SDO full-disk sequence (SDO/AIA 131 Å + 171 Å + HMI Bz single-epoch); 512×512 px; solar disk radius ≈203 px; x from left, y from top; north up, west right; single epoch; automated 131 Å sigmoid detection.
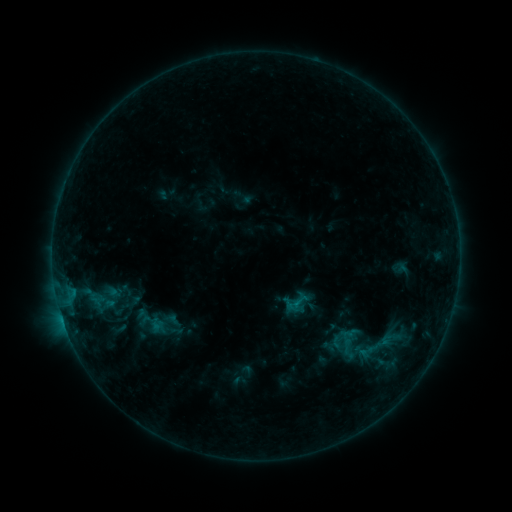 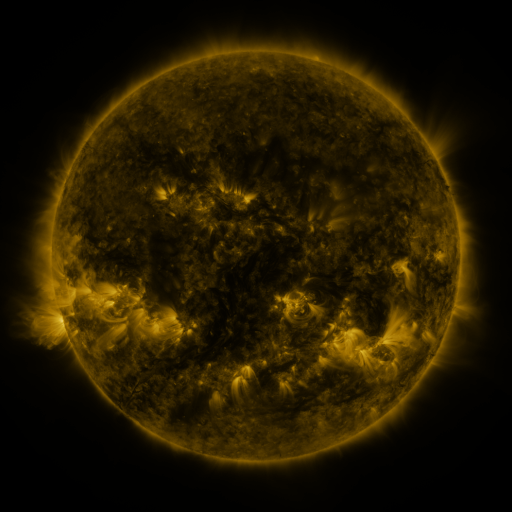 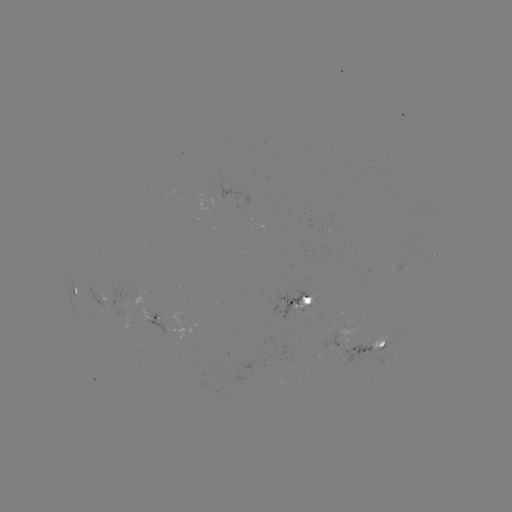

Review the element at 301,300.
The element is sigmoid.